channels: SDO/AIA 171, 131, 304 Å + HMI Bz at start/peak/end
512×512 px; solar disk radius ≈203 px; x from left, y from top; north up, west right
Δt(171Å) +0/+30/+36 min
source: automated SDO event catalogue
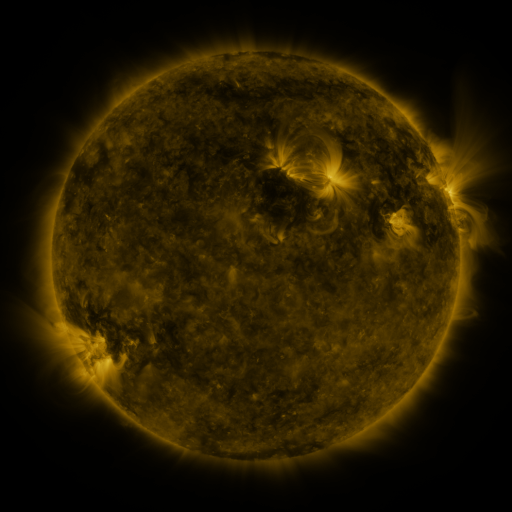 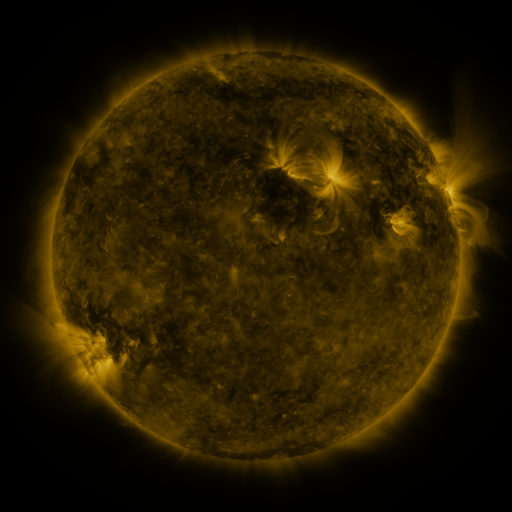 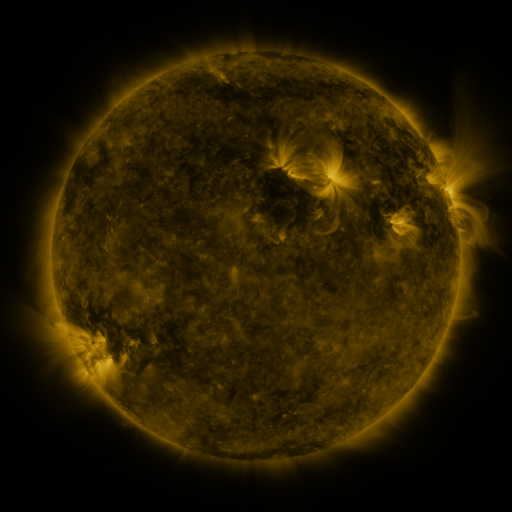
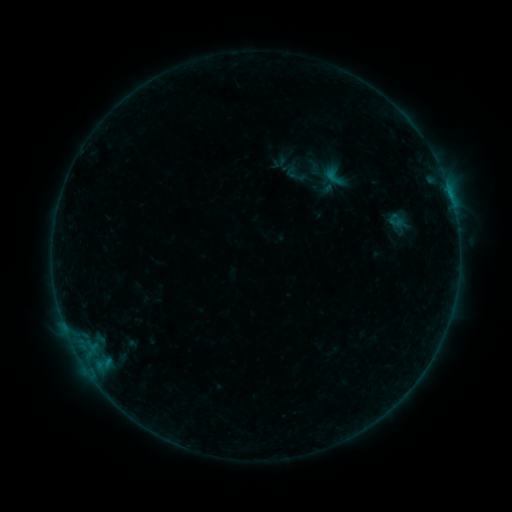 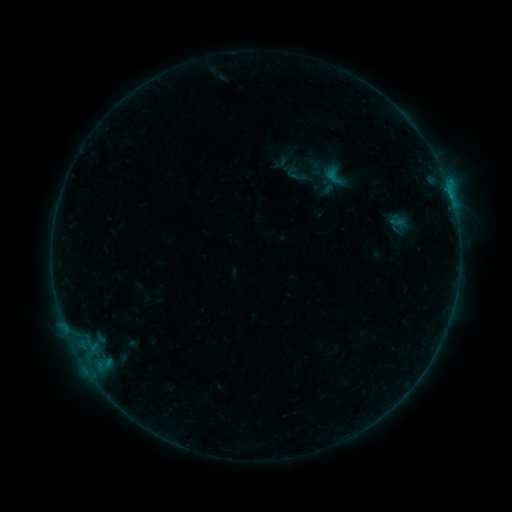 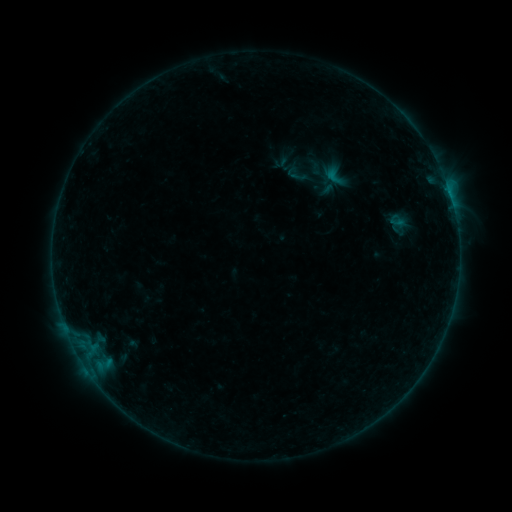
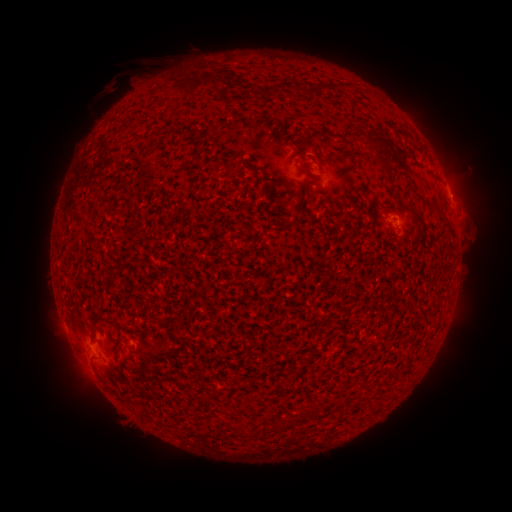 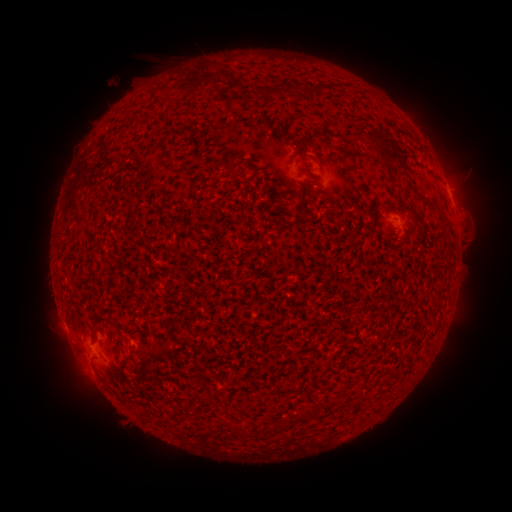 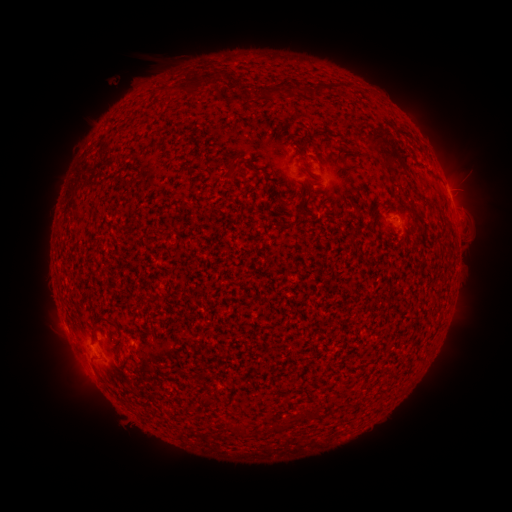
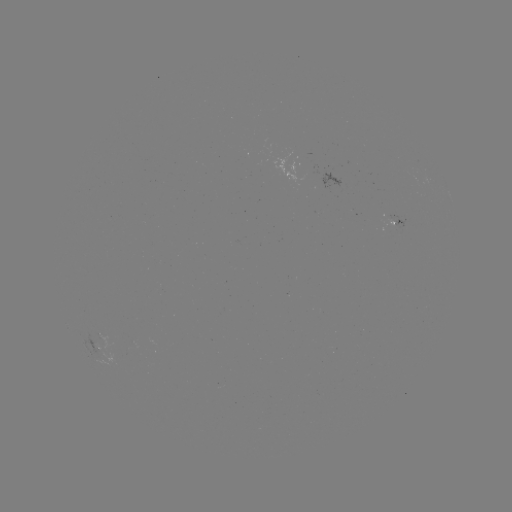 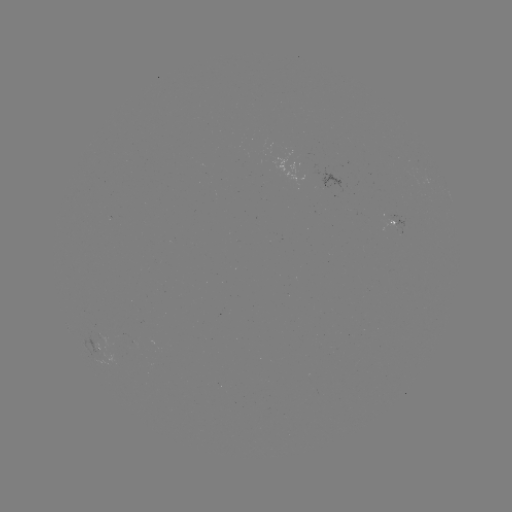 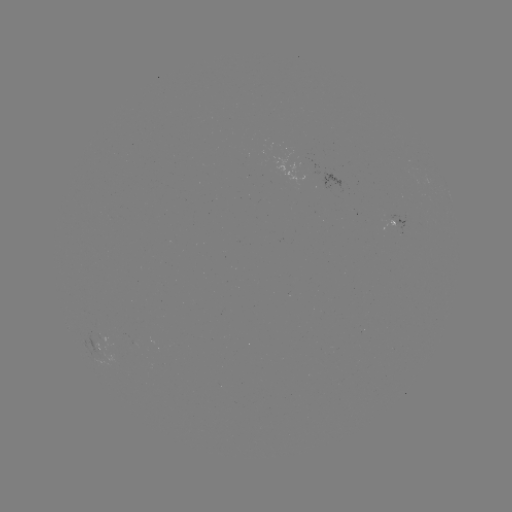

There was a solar flare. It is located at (398, 226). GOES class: B2.9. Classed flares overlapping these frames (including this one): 1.